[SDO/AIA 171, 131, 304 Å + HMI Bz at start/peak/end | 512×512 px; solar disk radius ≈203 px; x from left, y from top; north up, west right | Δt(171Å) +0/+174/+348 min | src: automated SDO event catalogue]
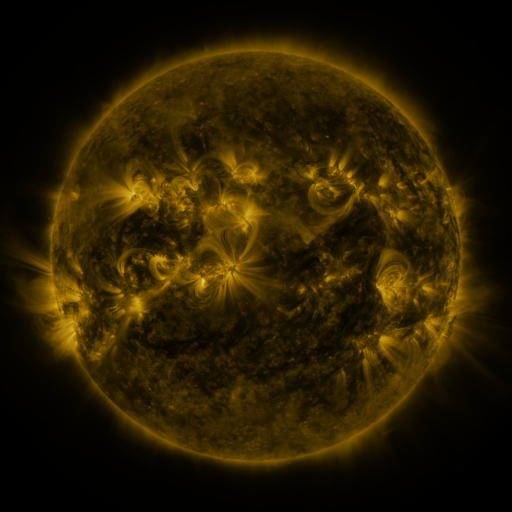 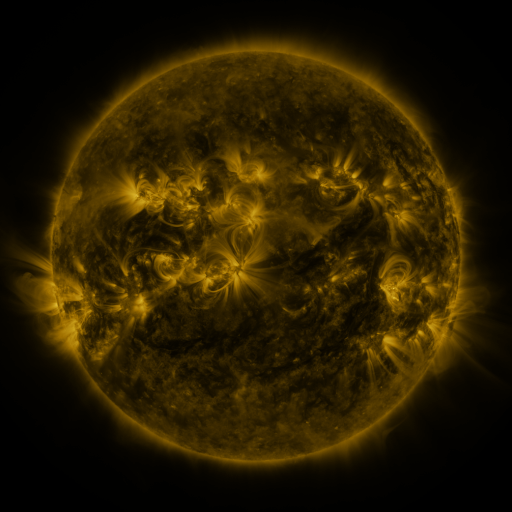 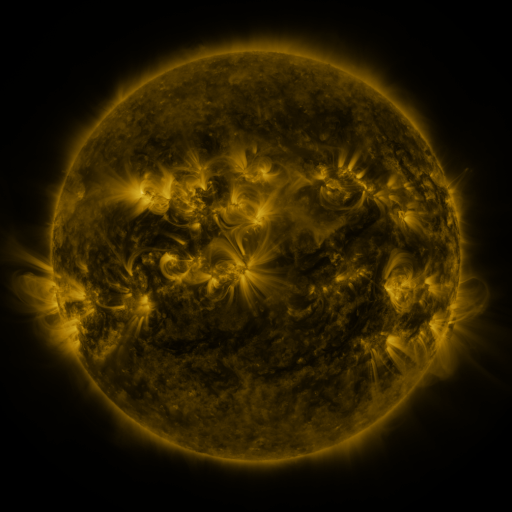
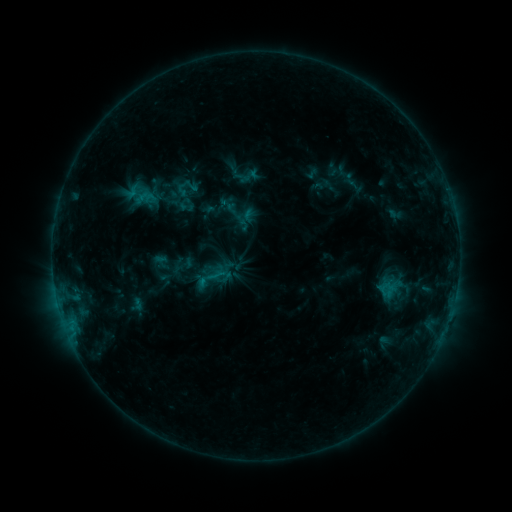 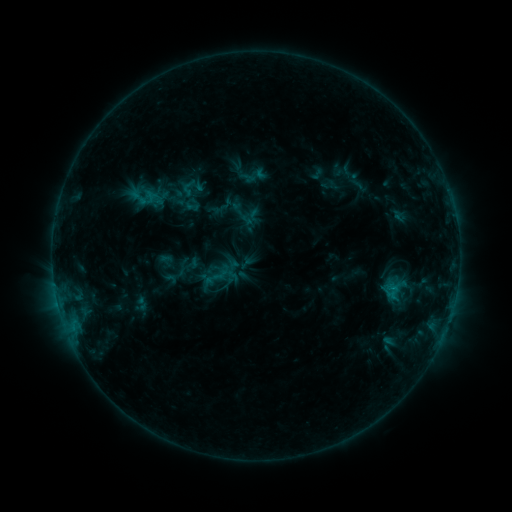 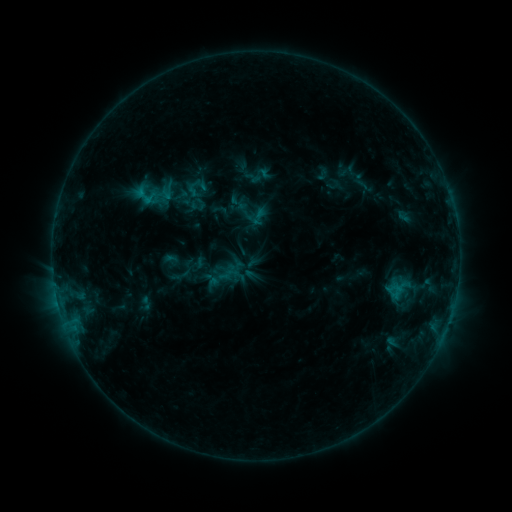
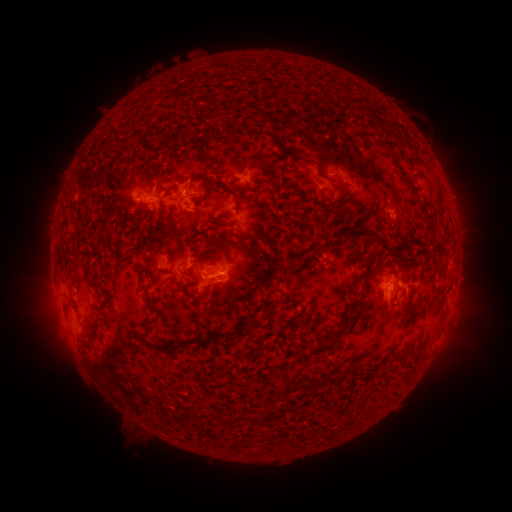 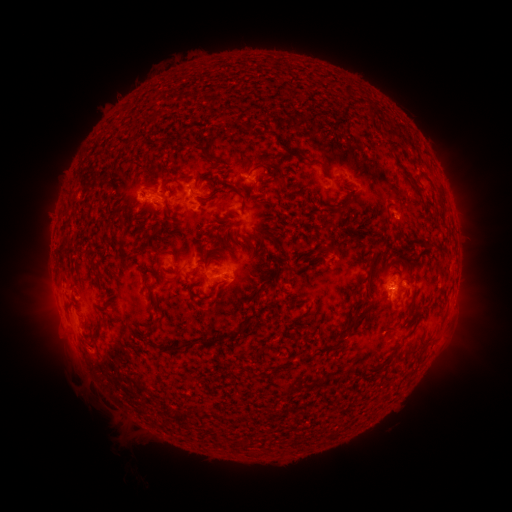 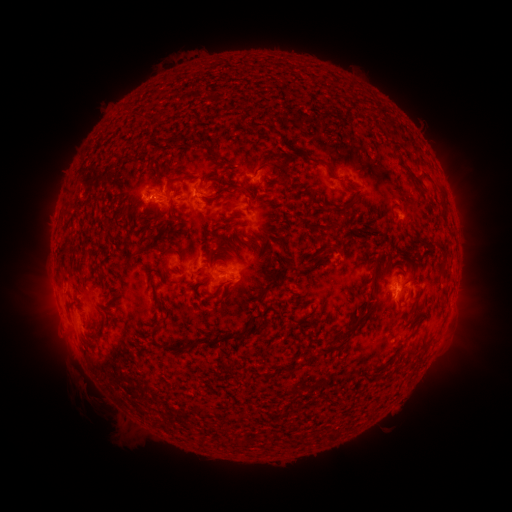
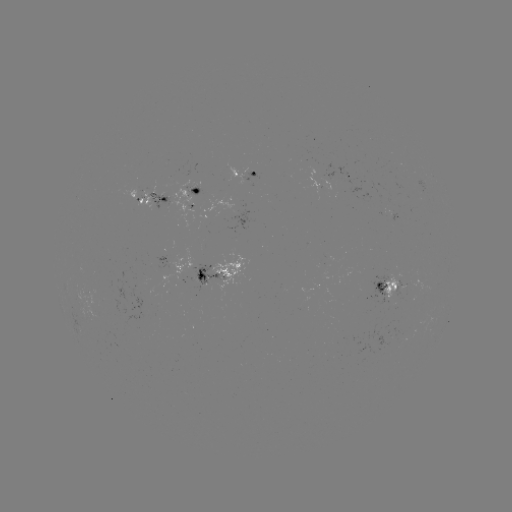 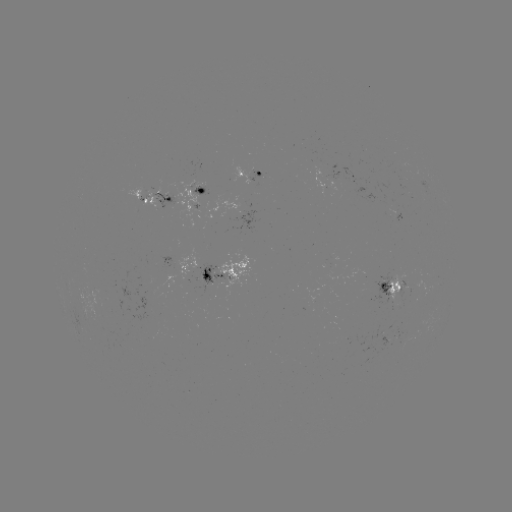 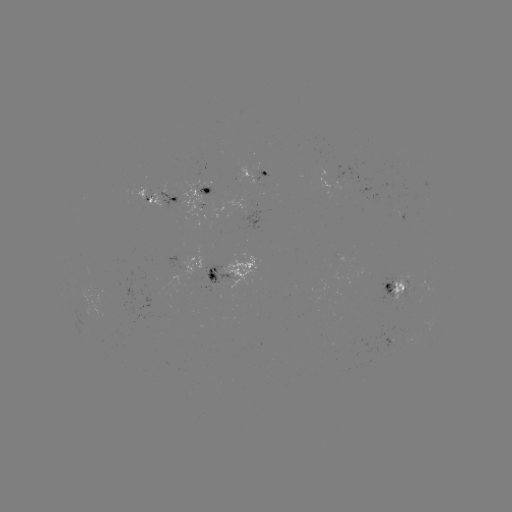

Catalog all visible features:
filament eruption: (51, 393)
